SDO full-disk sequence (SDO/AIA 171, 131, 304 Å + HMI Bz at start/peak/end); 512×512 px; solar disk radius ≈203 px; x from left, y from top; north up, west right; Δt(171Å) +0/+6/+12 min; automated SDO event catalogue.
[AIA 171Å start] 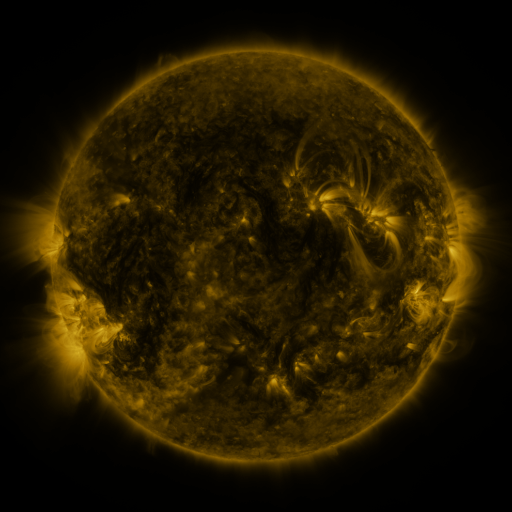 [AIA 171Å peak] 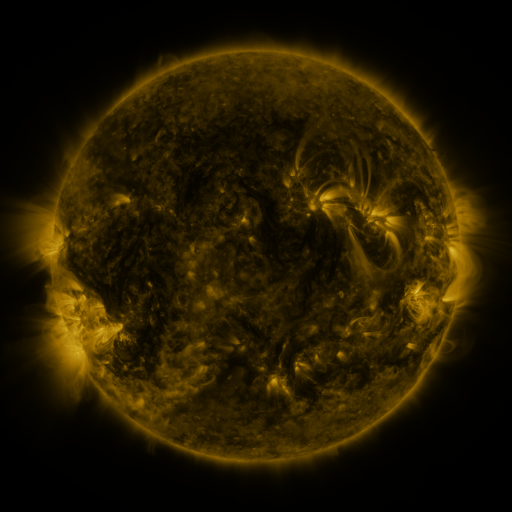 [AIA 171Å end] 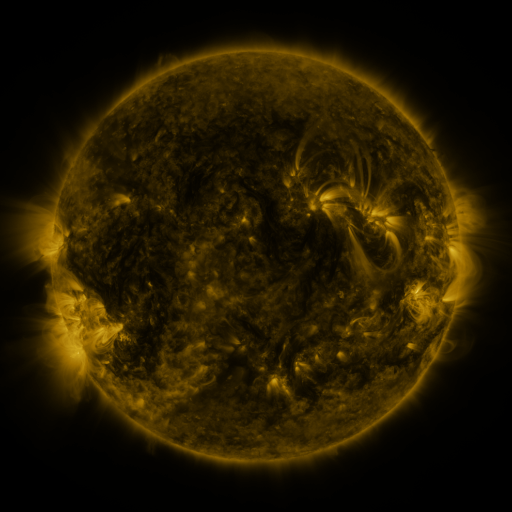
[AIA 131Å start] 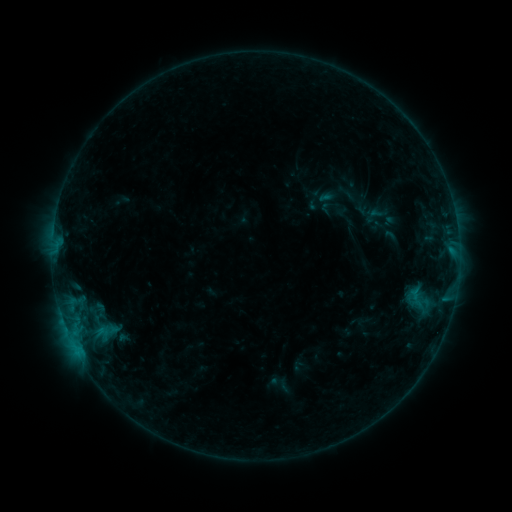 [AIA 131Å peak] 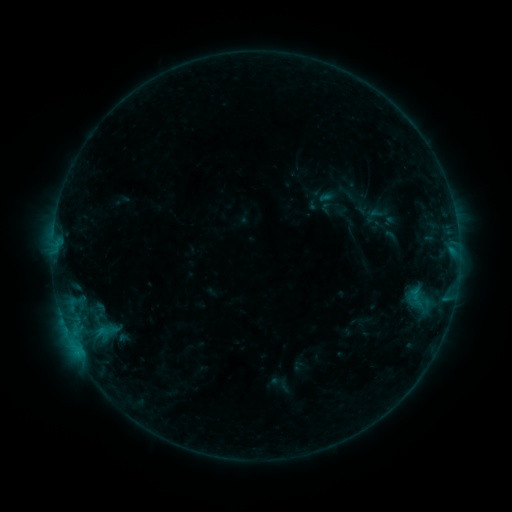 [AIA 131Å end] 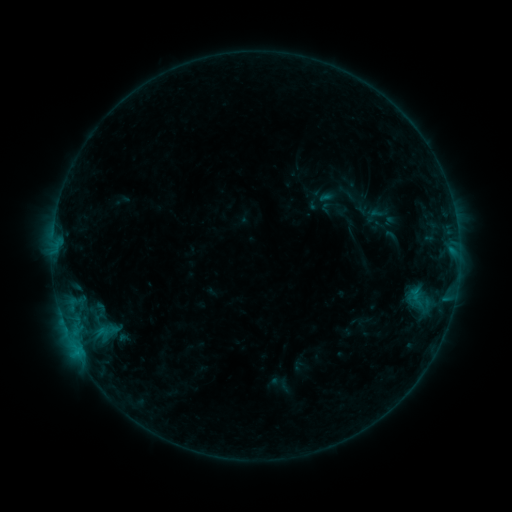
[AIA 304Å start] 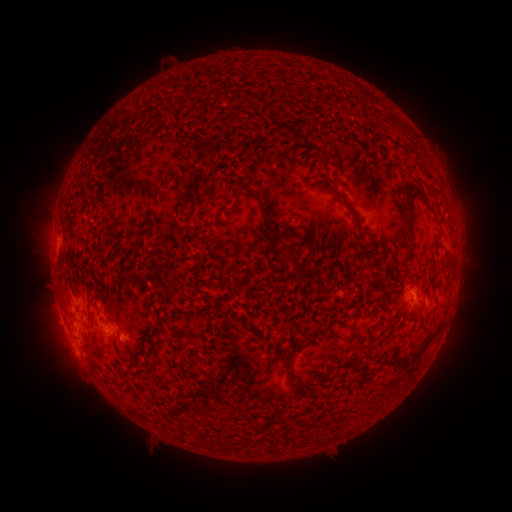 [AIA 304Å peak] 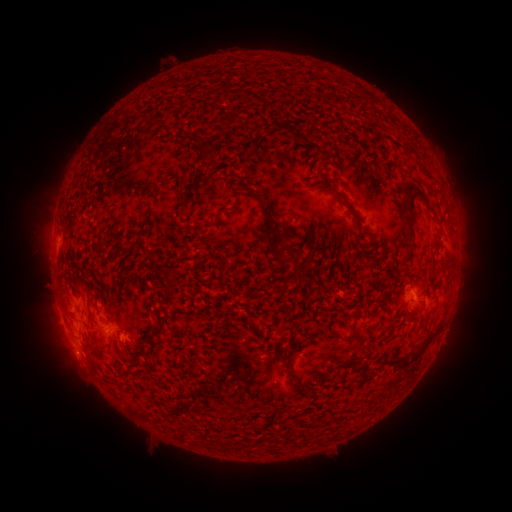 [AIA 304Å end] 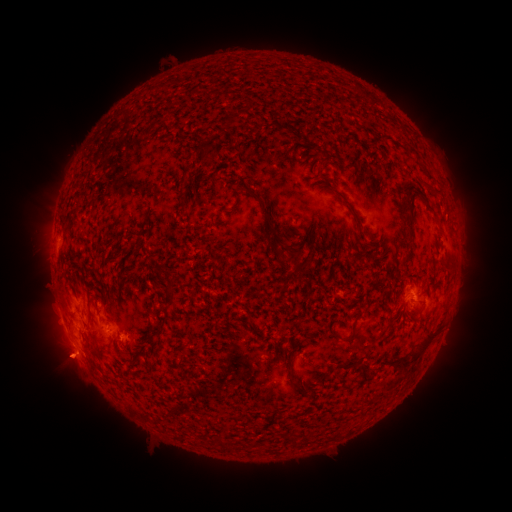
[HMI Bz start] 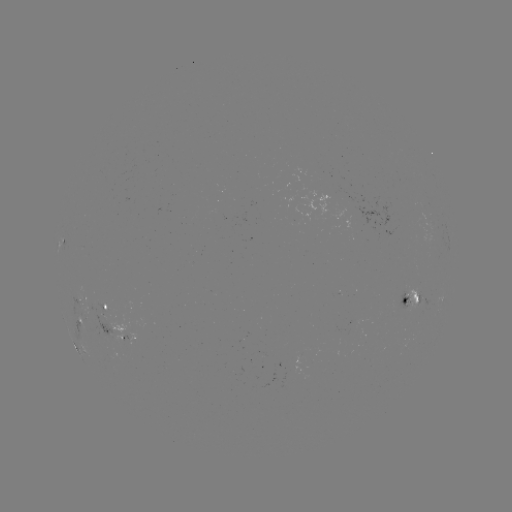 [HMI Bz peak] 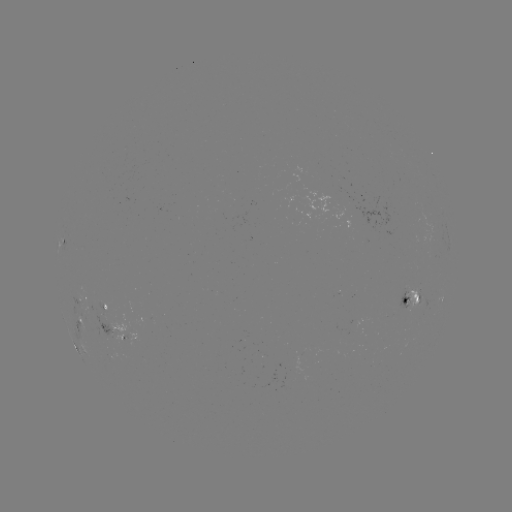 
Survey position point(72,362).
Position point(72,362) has eruption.